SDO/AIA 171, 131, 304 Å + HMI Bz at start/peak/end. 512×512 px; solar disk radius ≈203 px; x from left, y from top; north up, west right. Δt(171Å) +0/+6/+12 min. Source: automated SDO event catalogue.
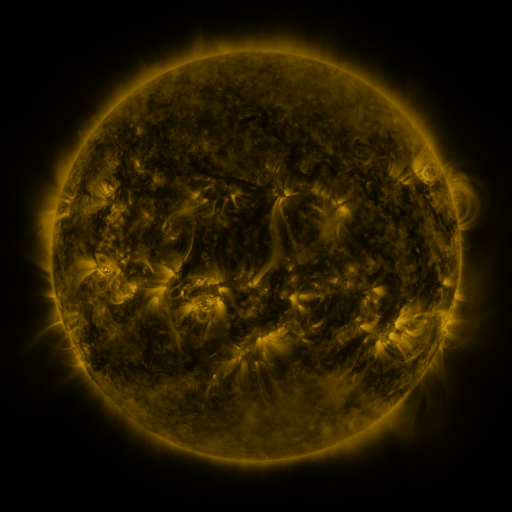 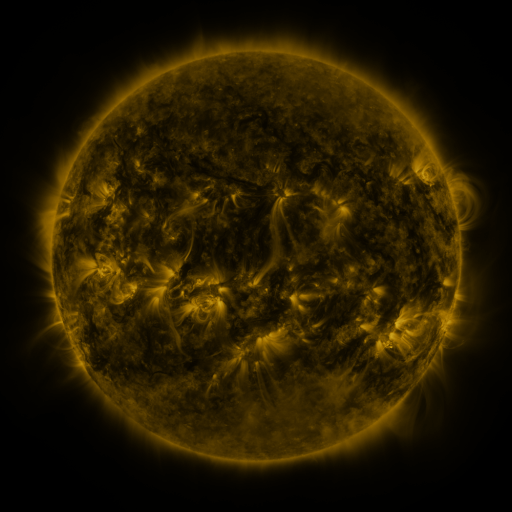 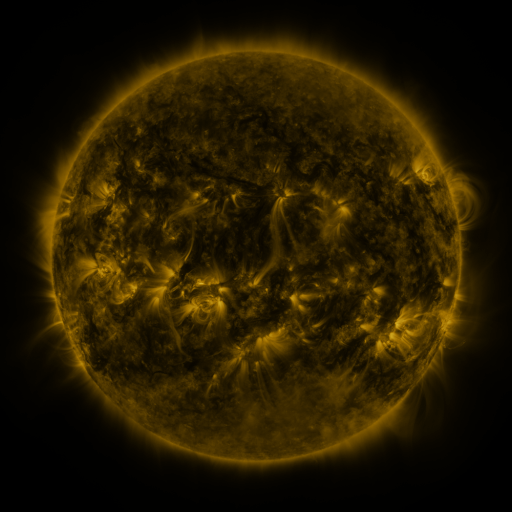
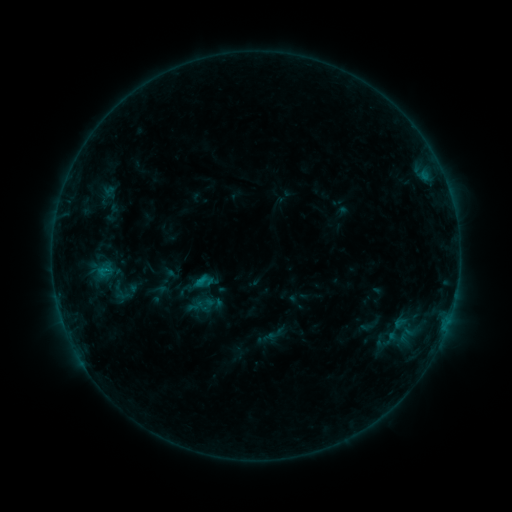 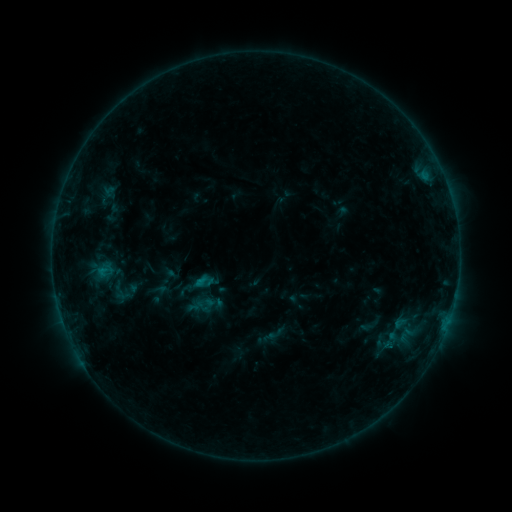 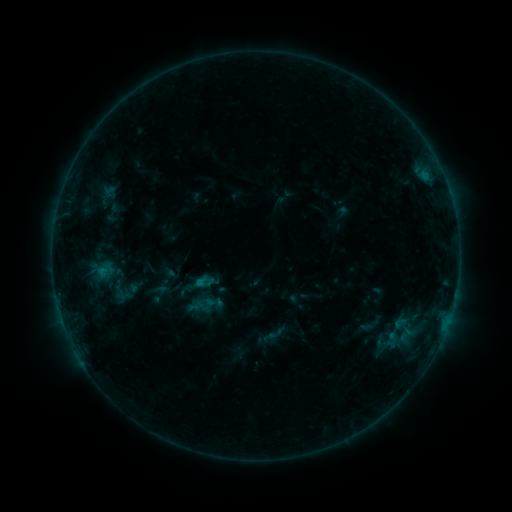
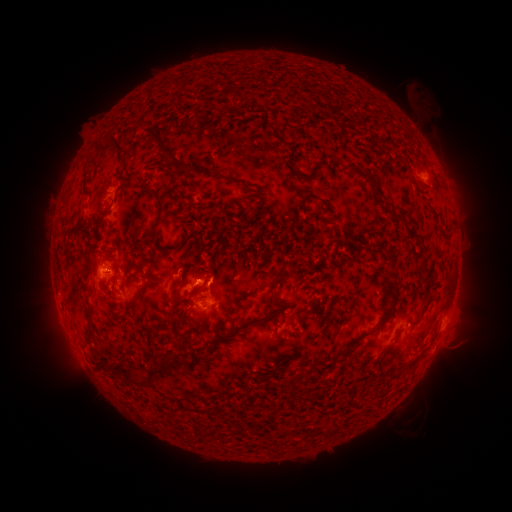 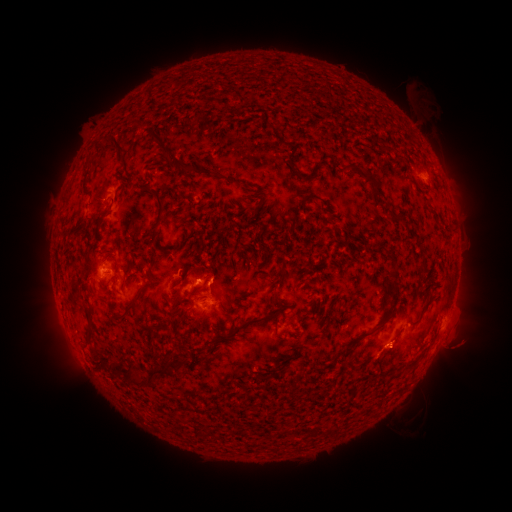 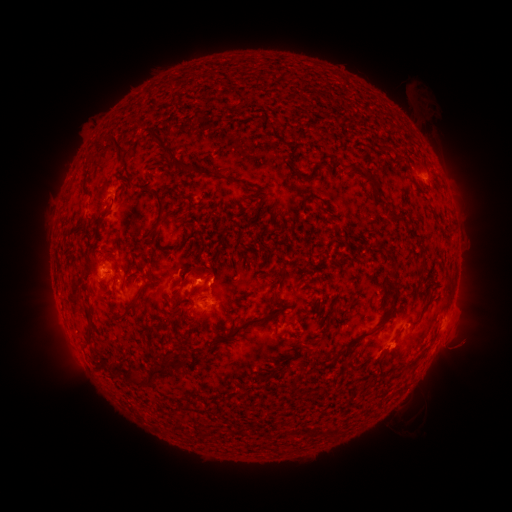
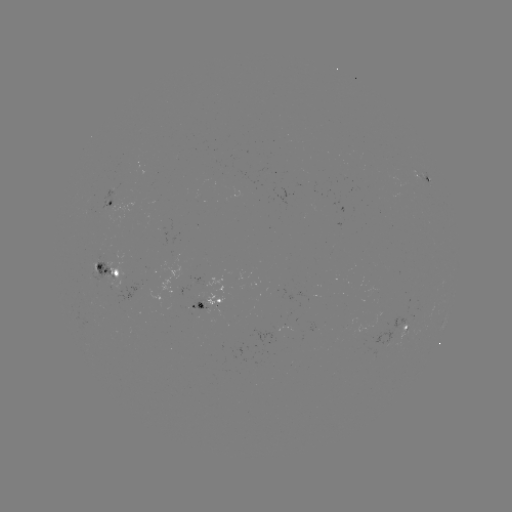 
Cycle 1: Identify eruption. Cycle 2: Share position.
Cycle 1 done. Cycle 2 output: (401, 351).